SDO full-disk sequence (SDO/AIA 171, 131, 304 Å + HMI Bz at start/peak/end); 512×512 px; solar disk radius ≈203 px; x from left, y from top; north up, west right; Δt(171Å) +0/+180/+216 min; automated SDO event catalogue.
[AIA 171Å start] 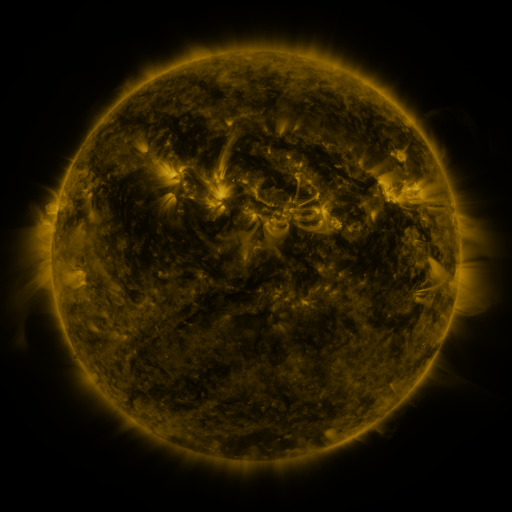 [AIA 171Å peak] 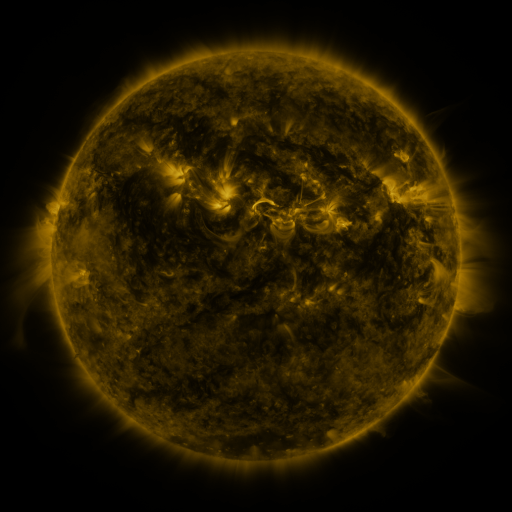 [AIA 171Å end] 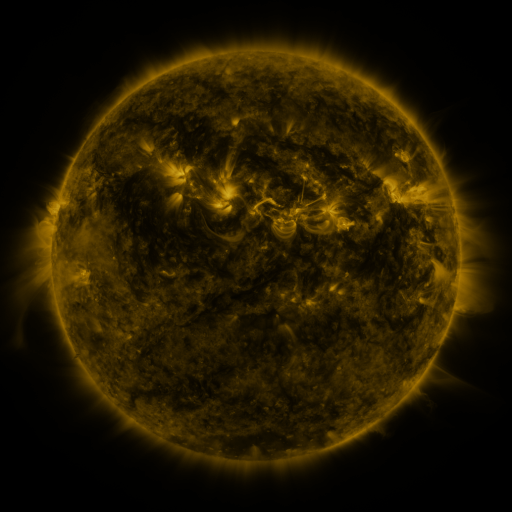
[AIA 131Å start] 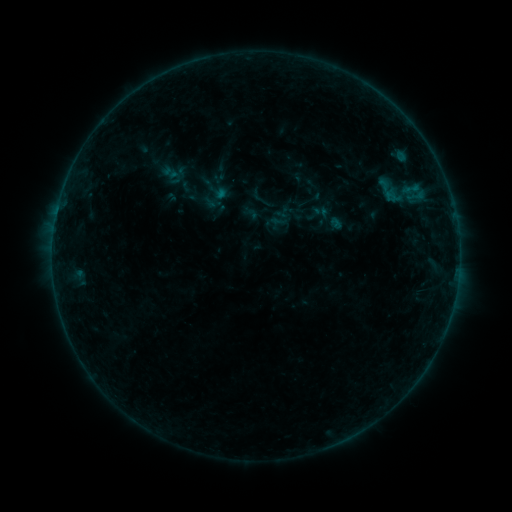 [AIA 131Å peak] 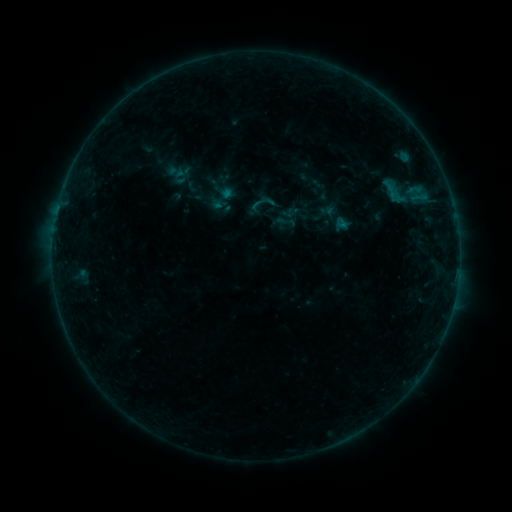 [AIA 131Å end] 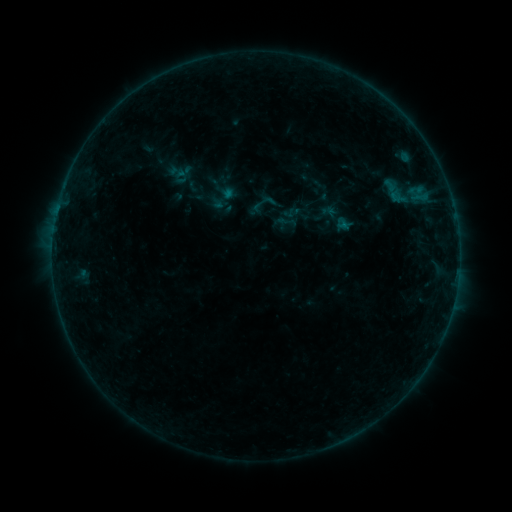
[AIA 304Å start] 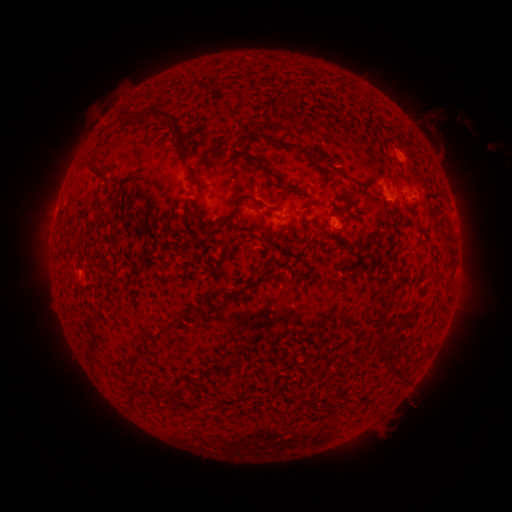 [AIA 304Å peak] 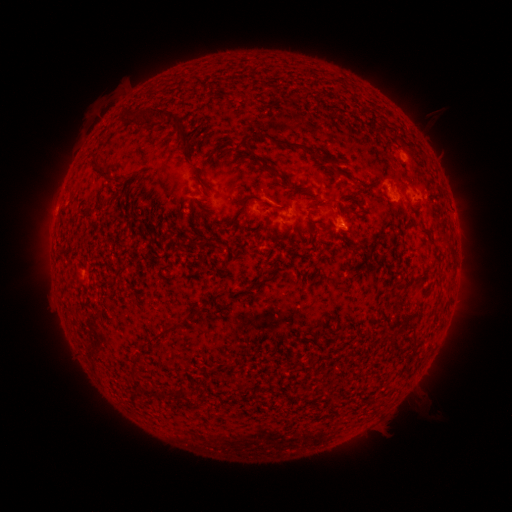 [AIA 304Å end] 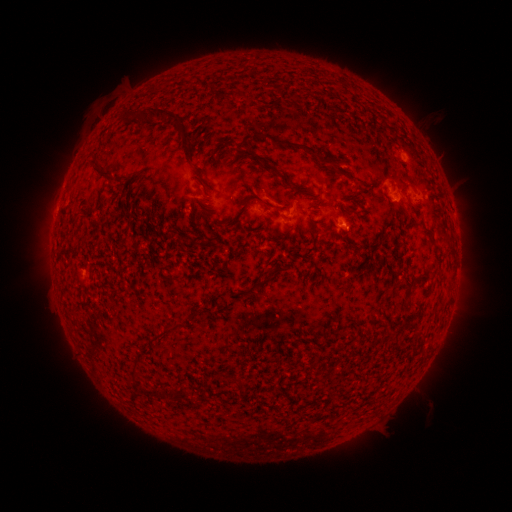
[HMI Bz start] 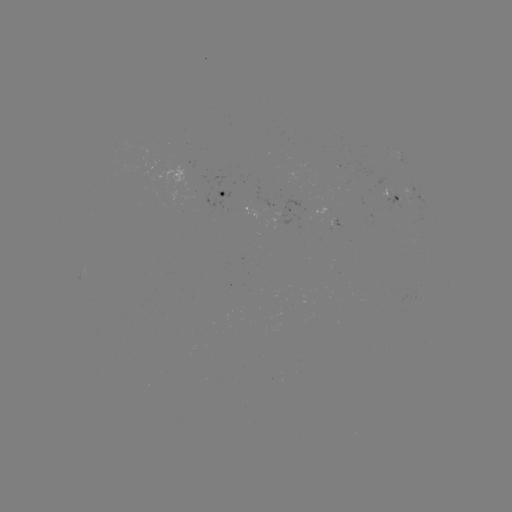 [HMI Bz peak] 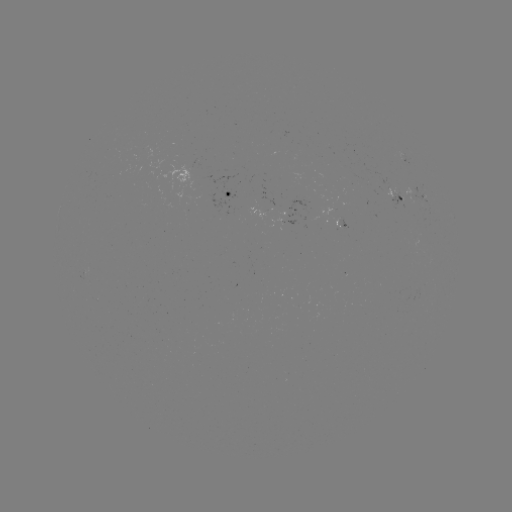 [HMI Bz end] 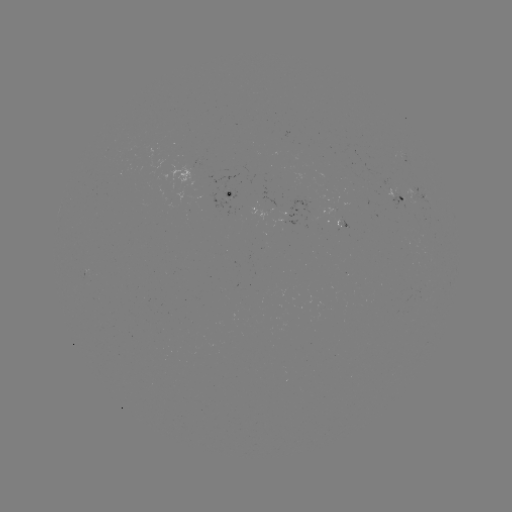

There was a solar emerging-flux region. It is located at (389, 190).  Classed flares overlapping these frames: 1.